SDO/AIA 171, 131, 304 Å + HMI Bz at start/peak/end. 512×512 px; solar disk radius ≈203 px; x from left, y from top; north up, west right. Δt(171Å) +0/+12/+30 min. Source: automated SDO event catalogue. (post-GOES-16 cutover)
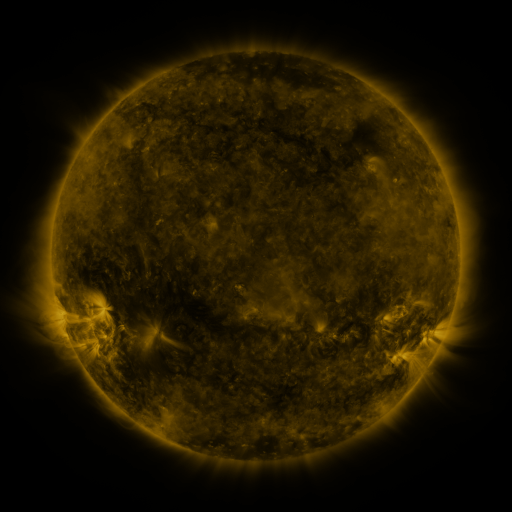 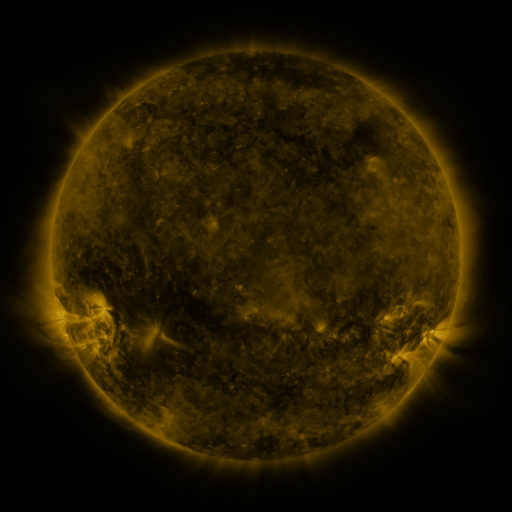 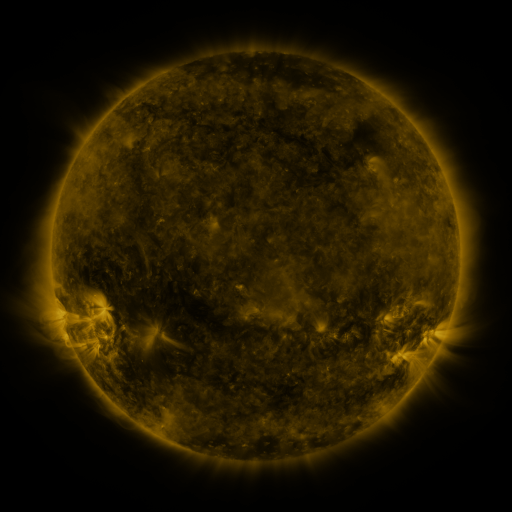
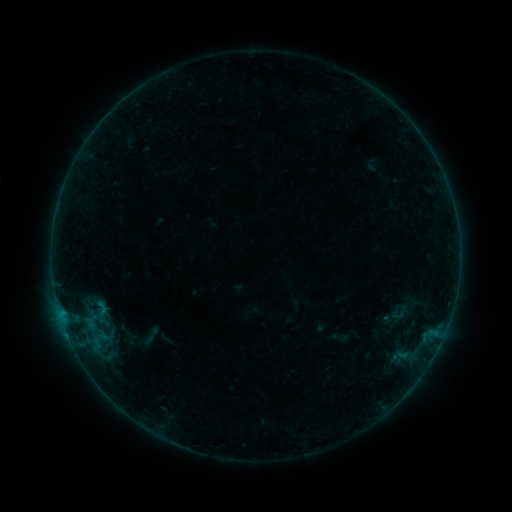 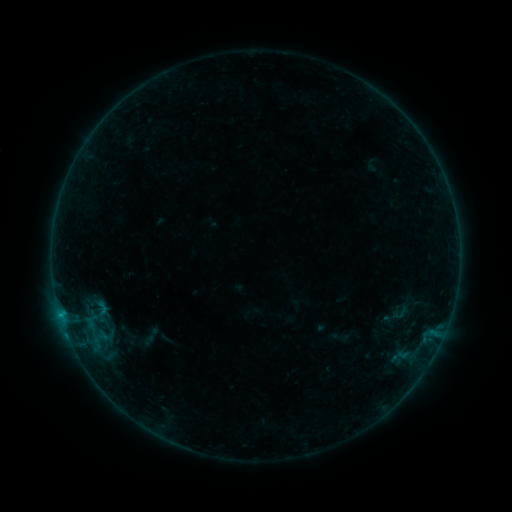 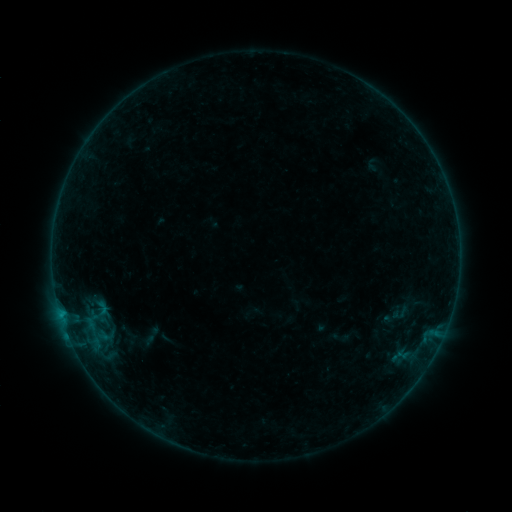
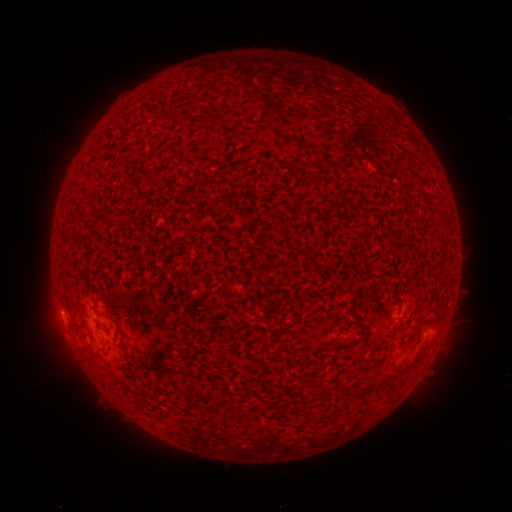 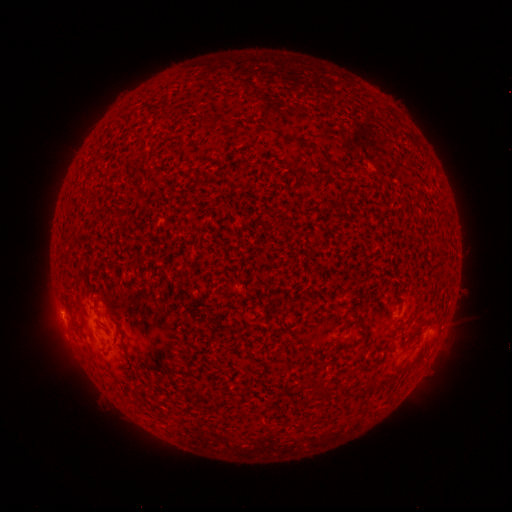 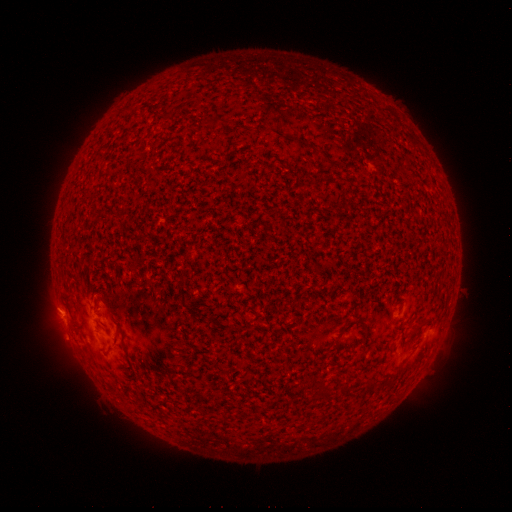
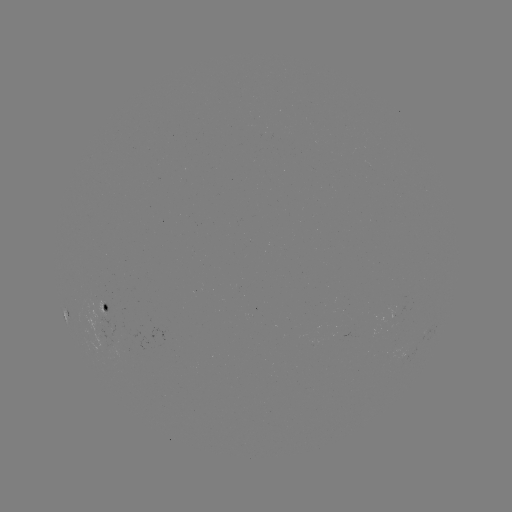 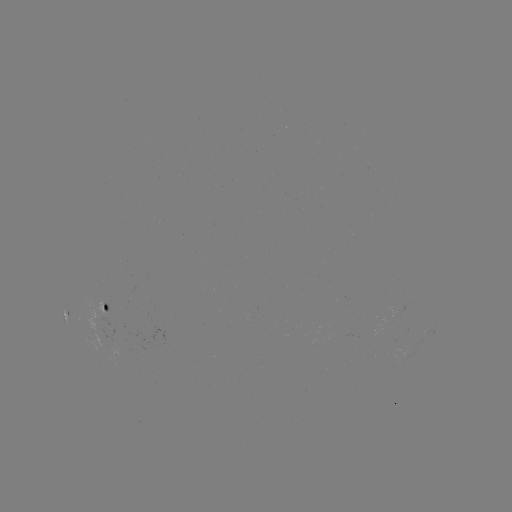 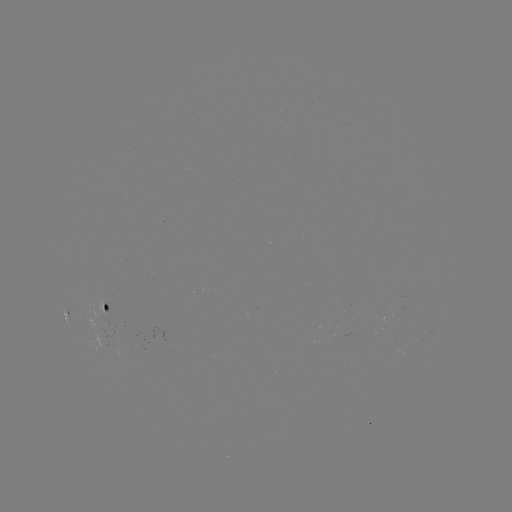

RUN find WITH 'B3.2 flare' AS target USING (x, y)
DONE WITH (60, 311) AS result